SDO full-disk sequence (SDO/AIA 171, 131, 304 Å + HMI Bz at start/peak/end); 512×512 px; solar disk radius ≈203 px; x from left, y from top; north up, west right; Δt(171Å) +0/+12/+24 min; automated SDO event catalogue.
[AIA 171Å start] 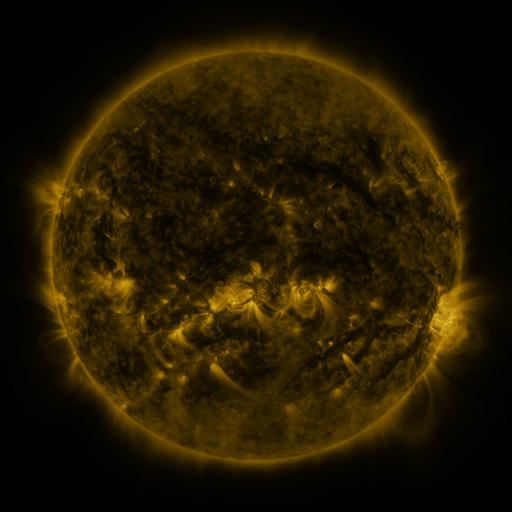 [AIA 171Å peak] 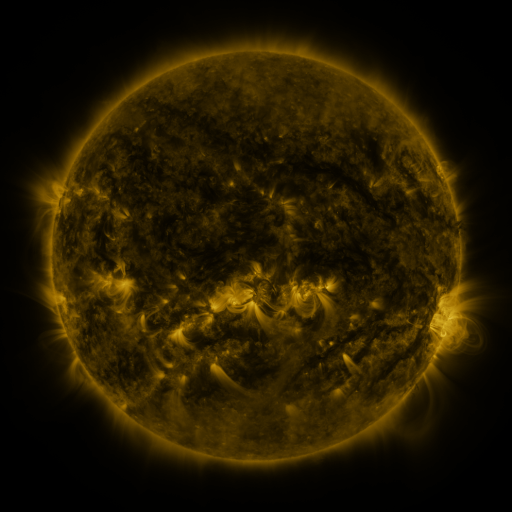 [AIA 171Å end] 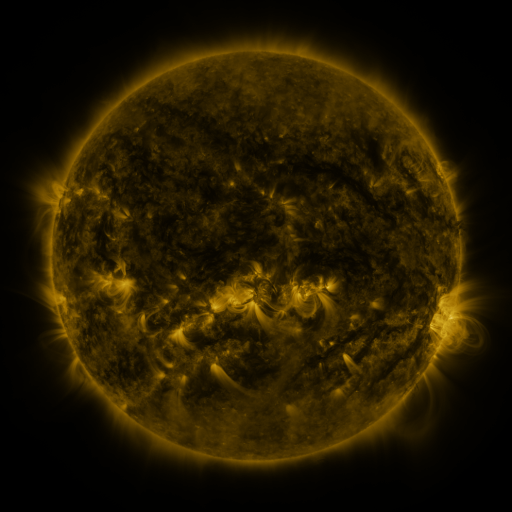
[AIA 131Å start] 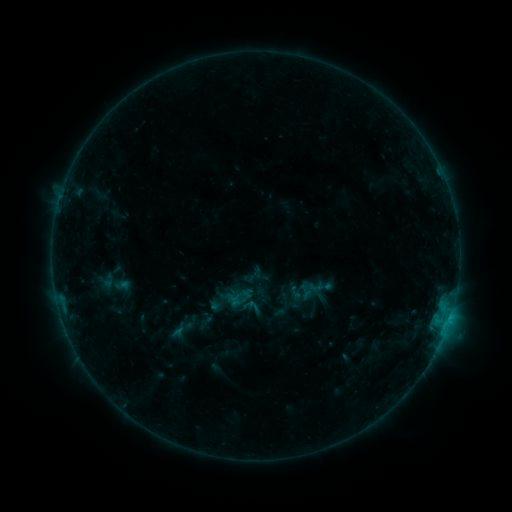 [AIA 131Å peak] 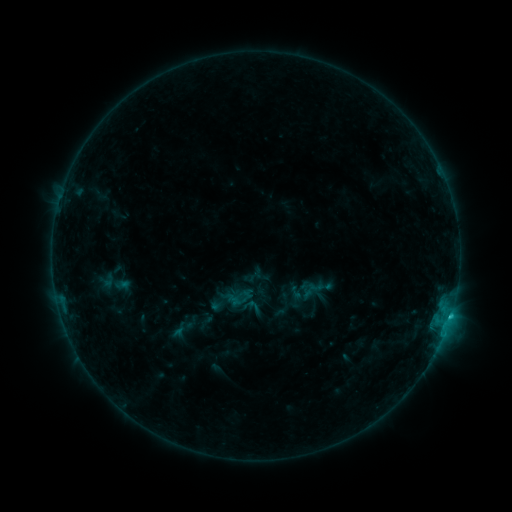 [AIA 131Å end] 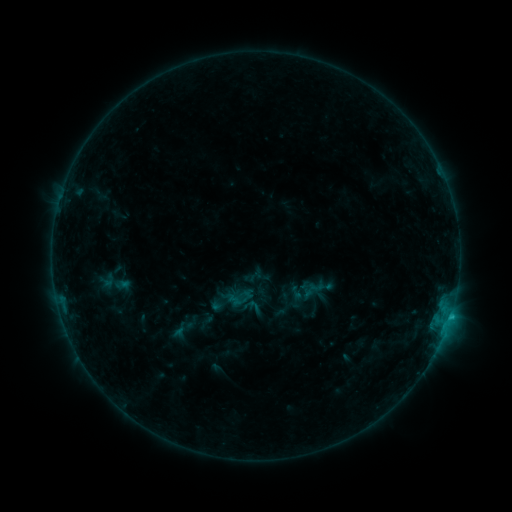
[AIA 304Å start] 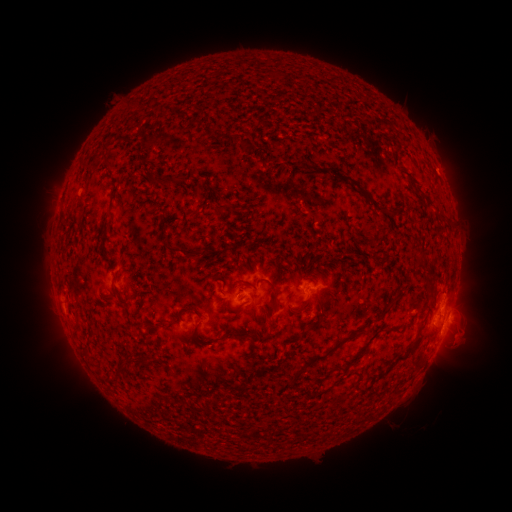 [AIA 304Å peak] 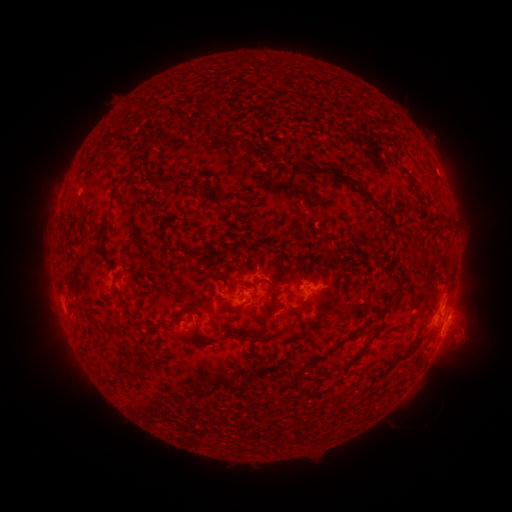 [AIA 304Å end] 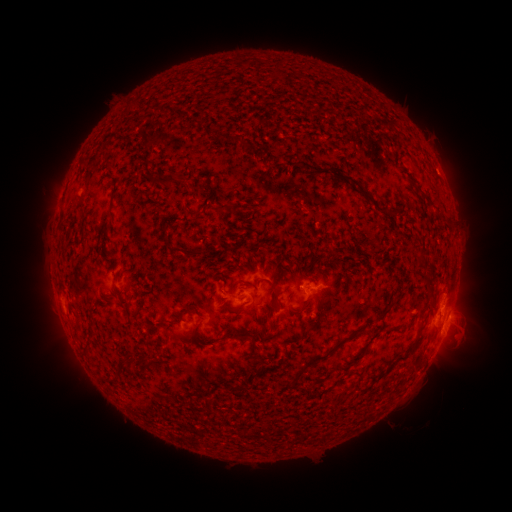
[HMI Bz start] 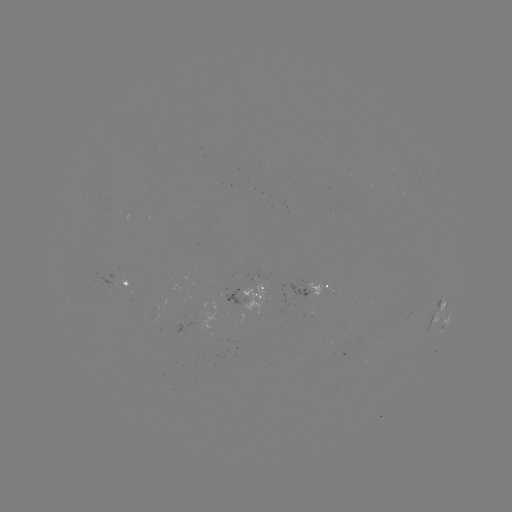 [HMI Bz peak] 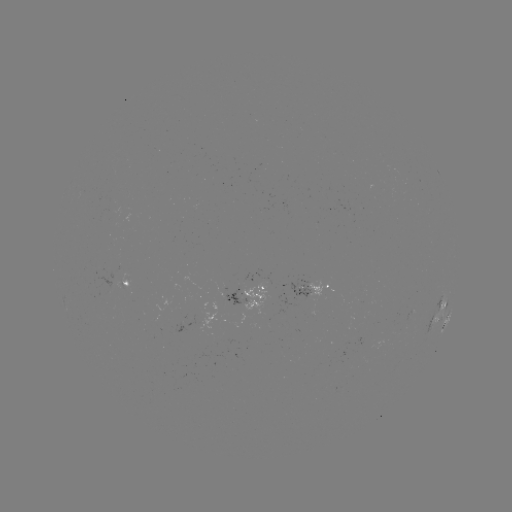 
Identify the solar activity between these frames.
C1.0 flare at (450, 315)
